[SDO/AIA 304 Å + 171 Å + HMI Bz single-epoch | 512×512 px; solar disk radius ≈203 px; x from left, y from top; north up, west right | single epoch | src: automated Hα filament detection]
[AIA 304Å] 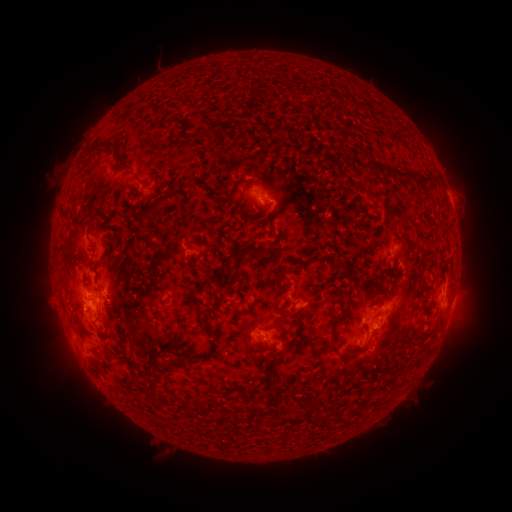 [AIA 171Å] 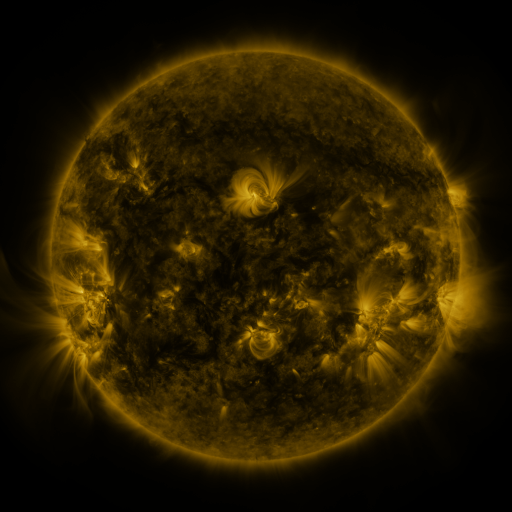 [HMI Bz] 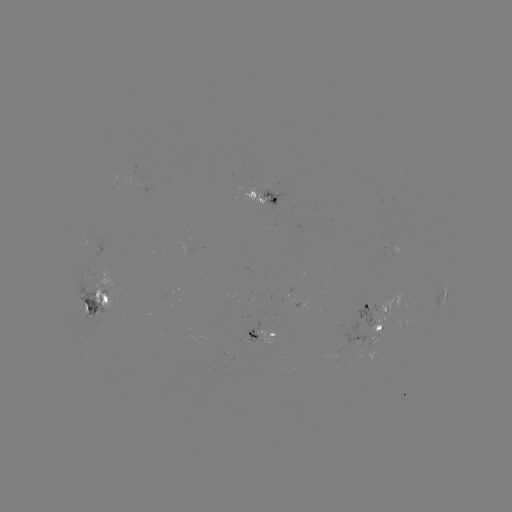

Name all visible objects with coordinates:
filament: <bbox>198, 123, 216, 141</bbox>
filament: <bbox>225, 124, 235, 137</bbox>
filament: <bbox>85, 142, 114, 160</bbox>
filament: <bbox>363, 157, 374, 165</bbox>
filament: <bbox>383, 164, 434, 187</bbox>
filament: <bbox>143, 186, 175, 219</bbox>
filament: <bbox>89, 215, 97, 224</bbox>
filament: <bbox>66, 235, 74, 246</bbox>
filament: <bbox>241, 240, 267, 257</bbox>
filament: <bbox>228, 263, 236, 282</bbox>
filament: <bbox>277, 265, 286, 279</bbox>
filament: <bbox>341, 290, 350, 297</bbox>
filament: <bbox>106, 307, 114, 318</bbox>
filament: <bbox>69, 315, 82, 329</bbox>
filament: <bbox>273, 321, 284, 330</bbox>
filament: <bbox>418, 331, 426, 341</bbox>
filament: <bbox>331, 332, 371, 355</bbox>
filament: <bbox>253, 353, 284, 388</bbox>
filament: <bbox>89, 356, 111, 380</bbox>
filament: <bbox>127, 356, 139, 390</bbox>
filament: <bbox>163, 359, 177, 375</bbox>
filament: <bbox>402, 360, 414, 369</bbox>
filament: <bbox>151, 370, 163, 399</bbox>
filament: <bbox>244, 399, 261, 415</bbox>
filament: <bbox>306, 401, 316, 422</bbox>
filament: <bbox>321, 411, 329, 420</bbox>
filament: <bbox>286, 429, 294, 438</bbox>
